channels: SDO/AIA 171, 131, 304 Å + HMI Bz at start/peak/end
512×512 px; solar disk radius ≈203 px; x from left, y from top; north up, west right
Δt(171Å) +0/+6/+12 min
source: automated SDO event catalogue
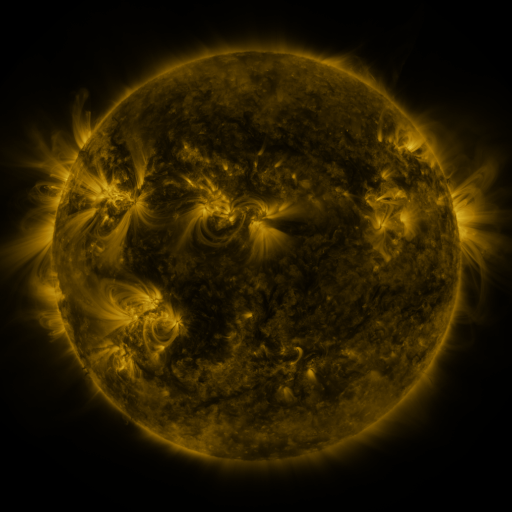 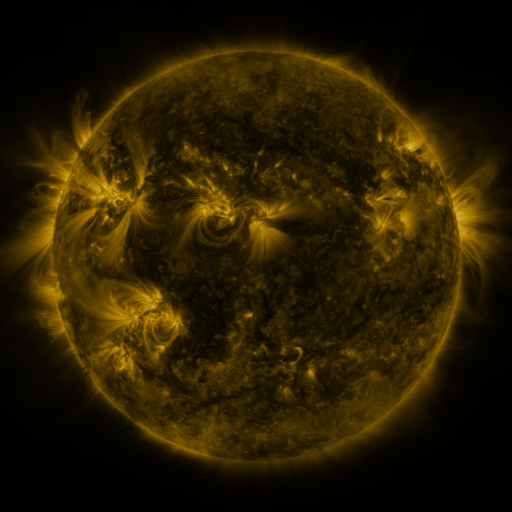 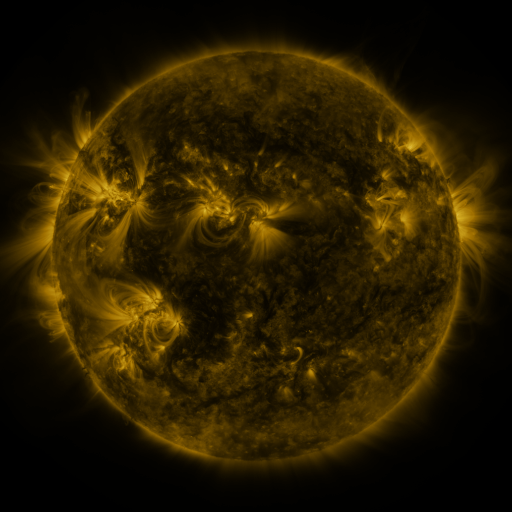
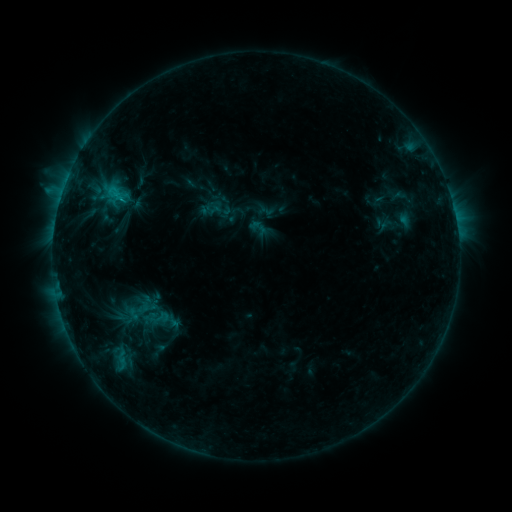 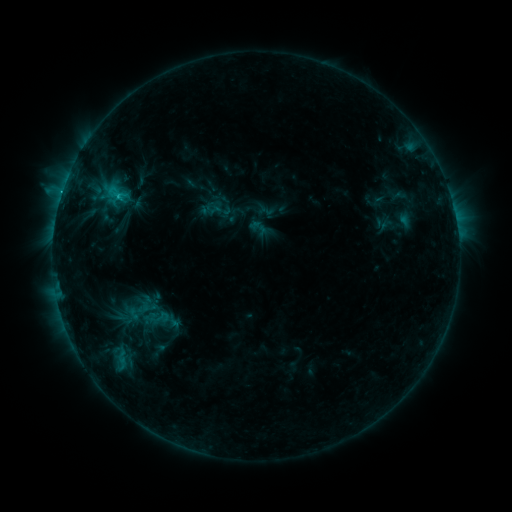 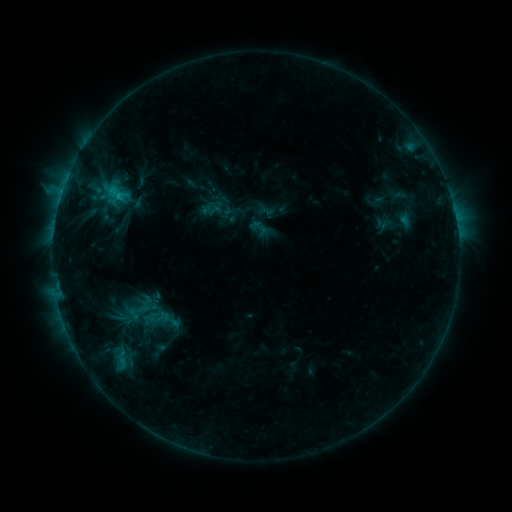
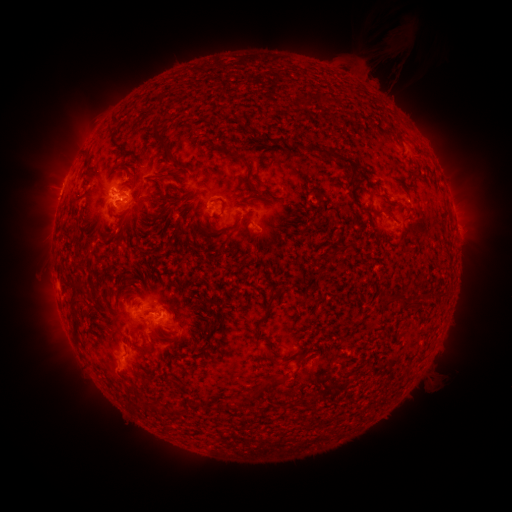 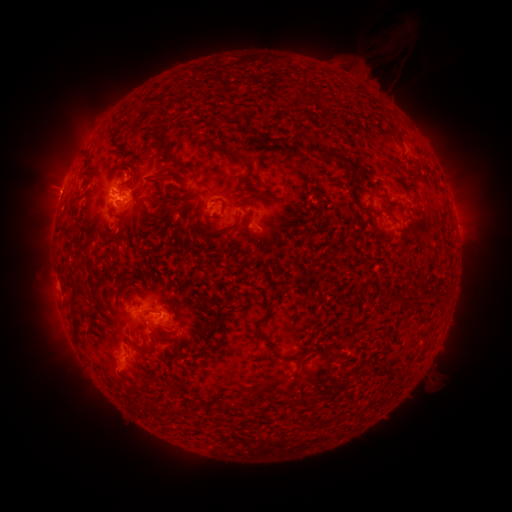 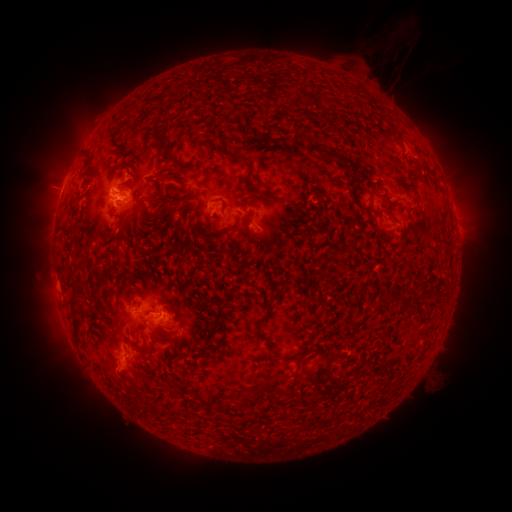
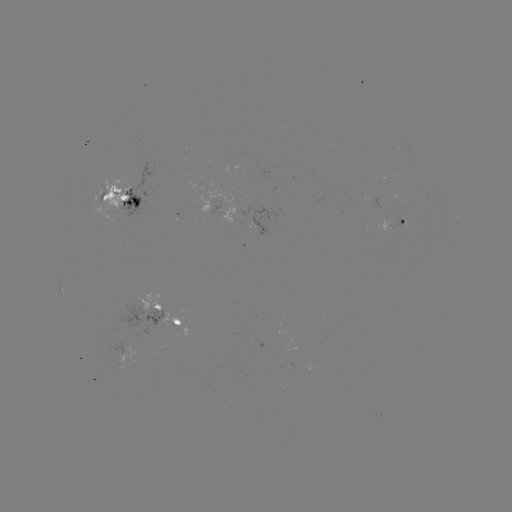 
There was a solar flare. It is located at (119, 199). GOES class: C1.8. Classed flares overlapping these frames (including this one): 1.